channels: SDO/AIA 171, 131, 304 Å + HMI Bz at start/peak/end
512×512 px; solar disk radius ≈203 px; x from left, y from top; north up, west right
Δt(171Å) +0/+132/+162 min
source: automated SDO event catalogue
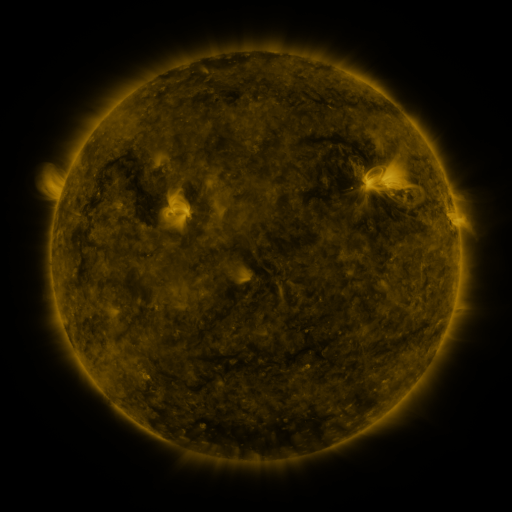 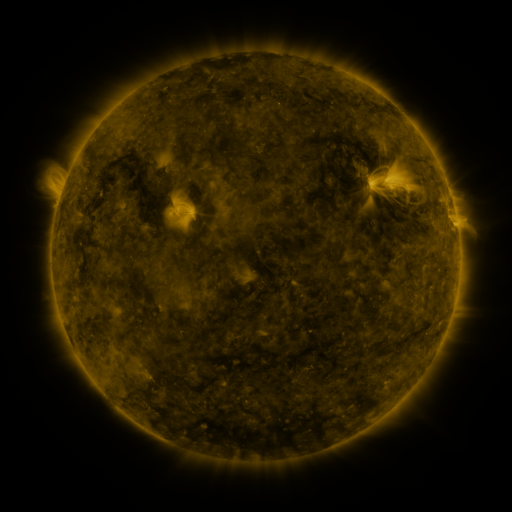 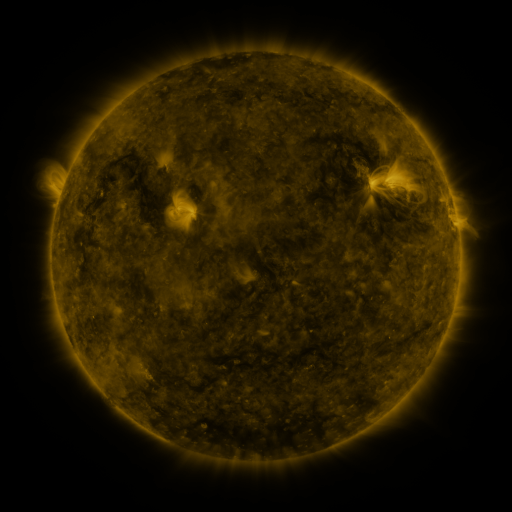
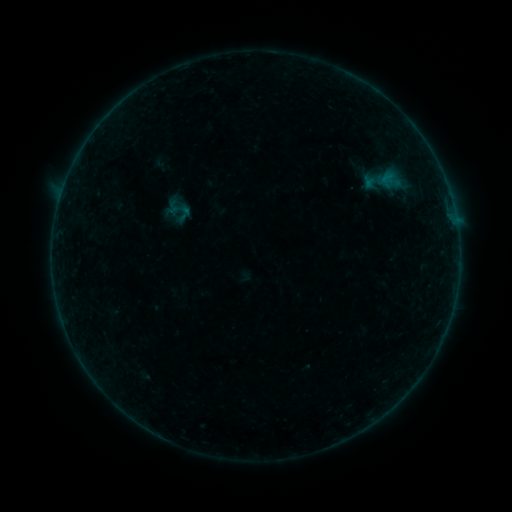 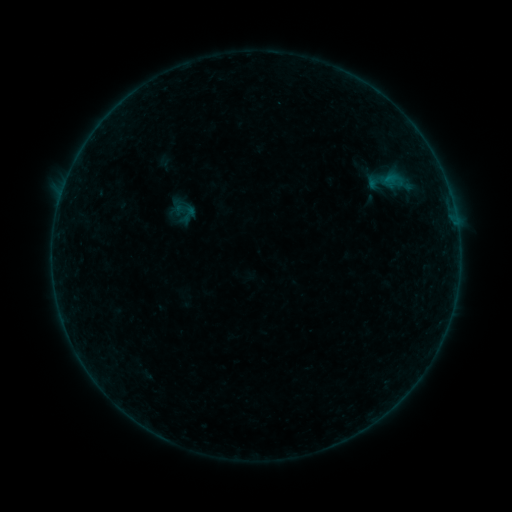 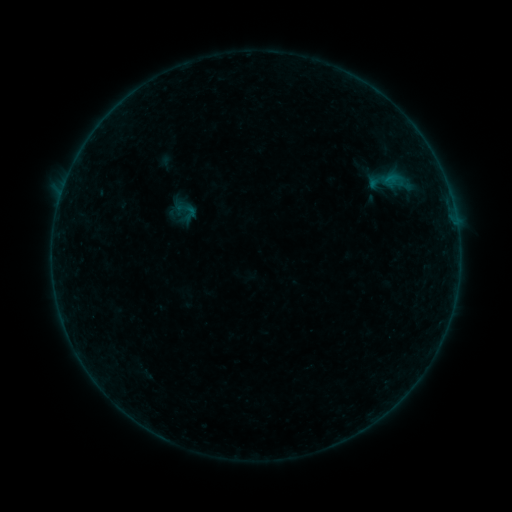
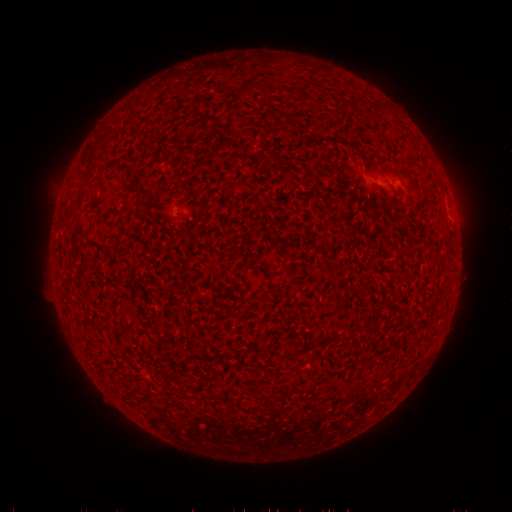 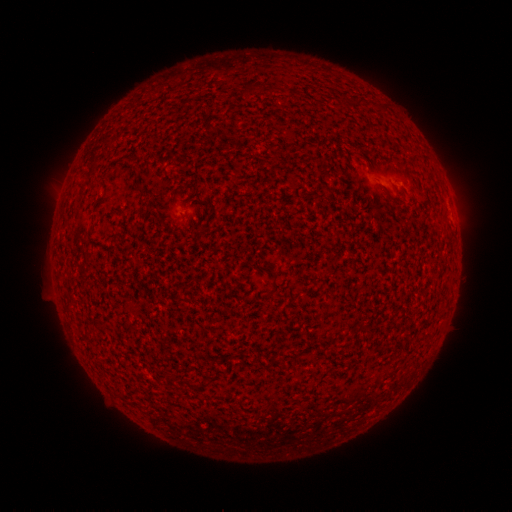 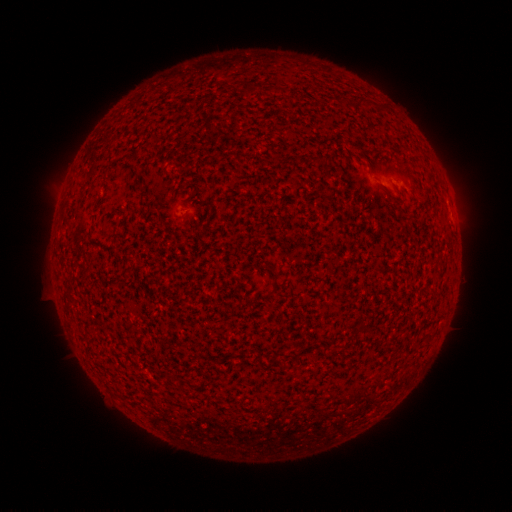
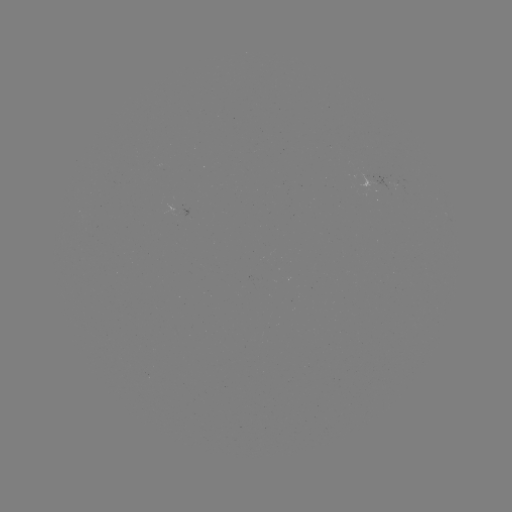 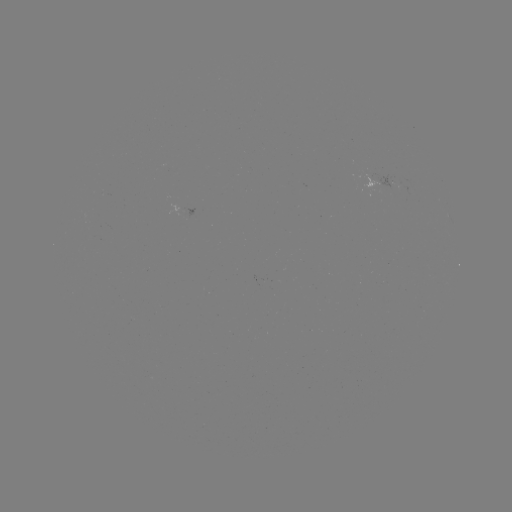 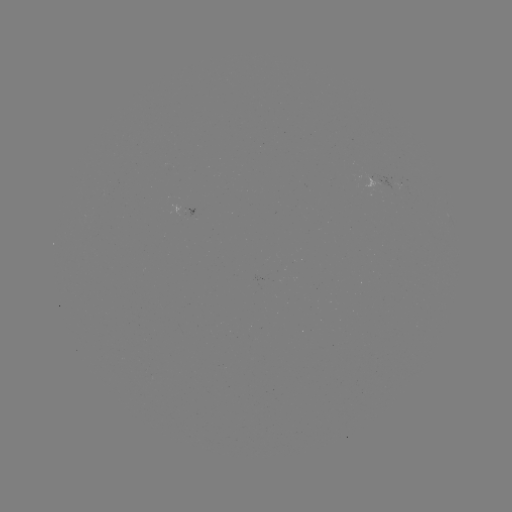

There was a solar emerging-flux region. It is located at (373, 178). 